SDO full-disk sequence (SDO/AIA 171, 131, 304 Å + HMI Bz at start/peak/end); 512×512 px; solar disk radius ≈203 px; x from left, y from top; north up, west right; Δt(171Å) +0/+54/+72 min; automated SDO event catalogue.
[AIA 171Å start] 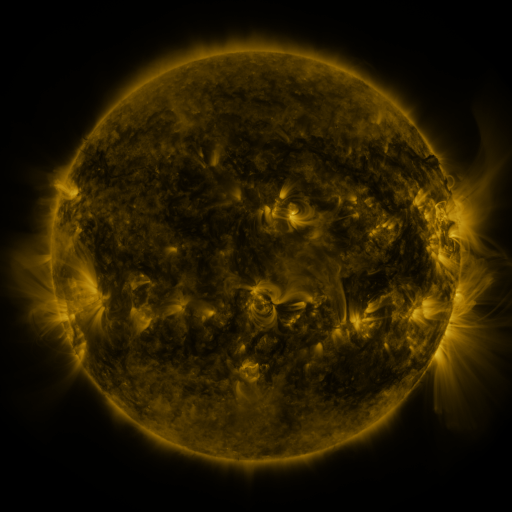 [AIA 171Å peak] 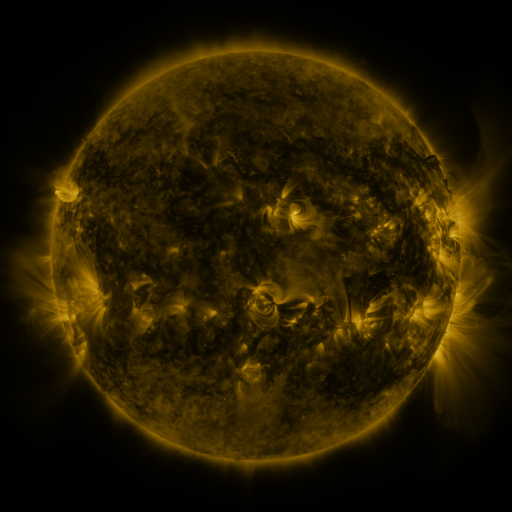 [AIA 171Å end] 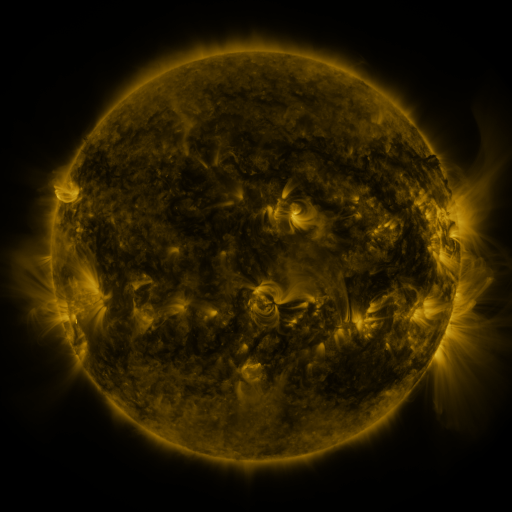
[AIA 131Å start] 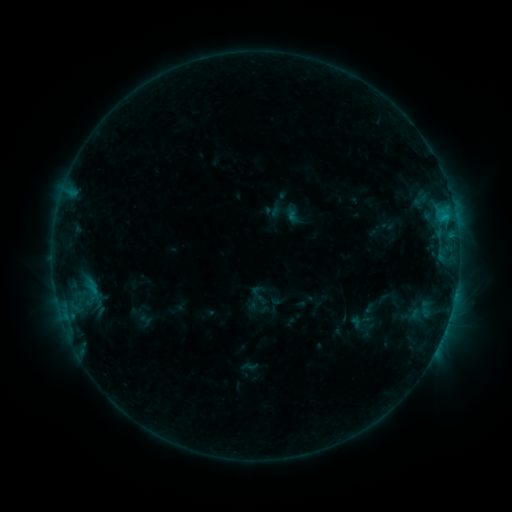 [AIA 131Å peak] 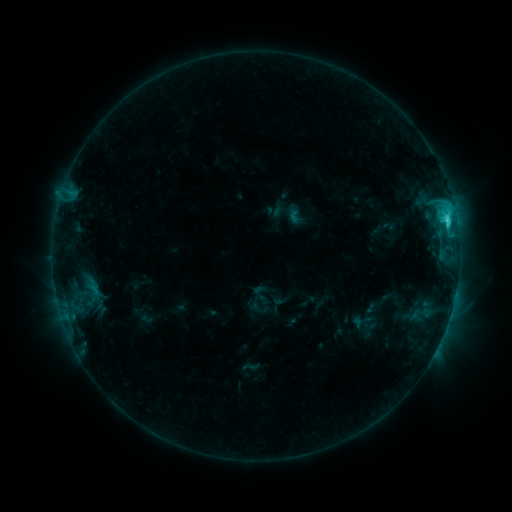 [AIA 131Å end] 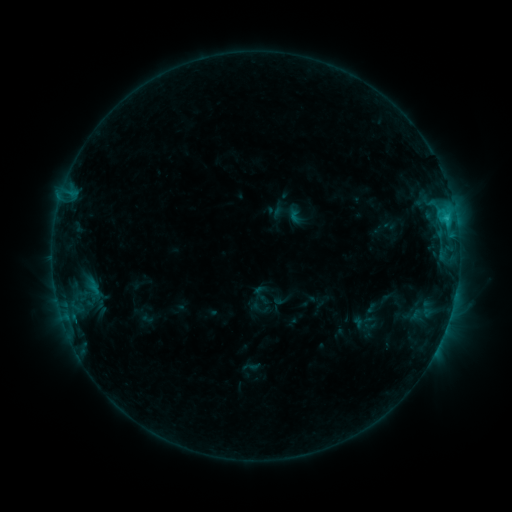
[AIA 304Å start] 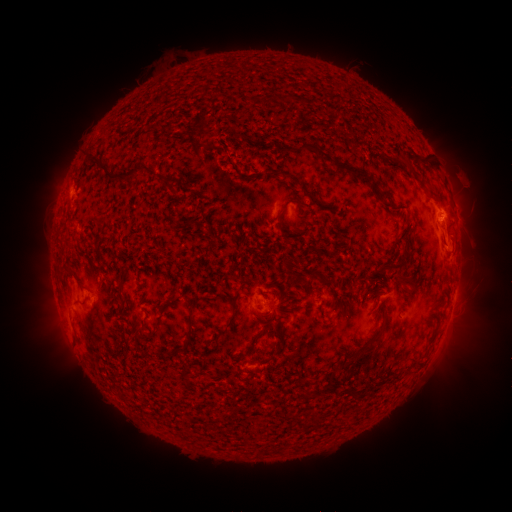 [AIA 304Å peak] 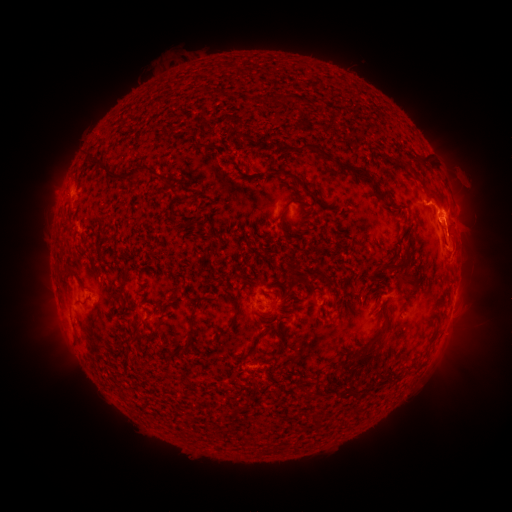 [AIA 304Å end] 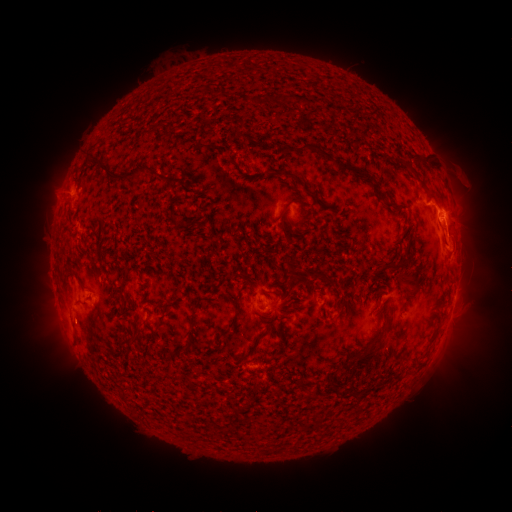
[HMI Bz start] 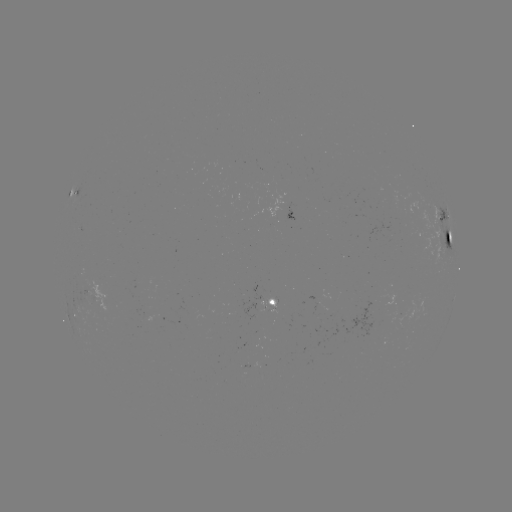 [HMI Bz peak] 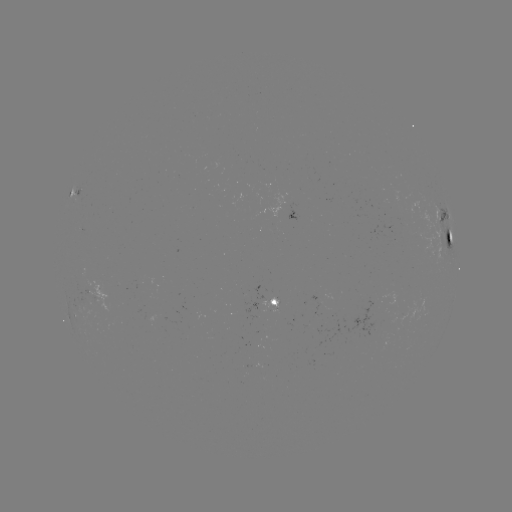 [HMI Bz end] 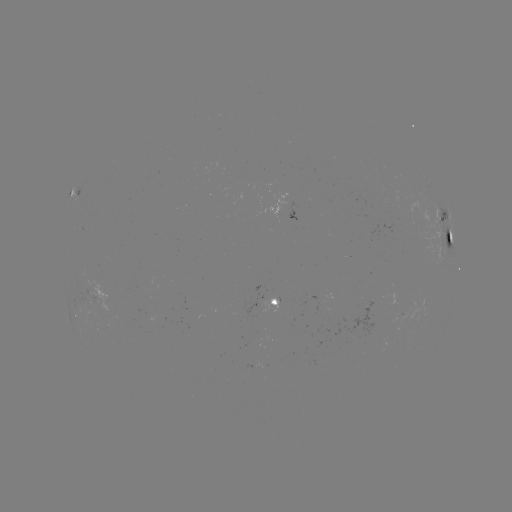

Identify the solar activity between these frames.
C3.2 flare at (447, 222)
